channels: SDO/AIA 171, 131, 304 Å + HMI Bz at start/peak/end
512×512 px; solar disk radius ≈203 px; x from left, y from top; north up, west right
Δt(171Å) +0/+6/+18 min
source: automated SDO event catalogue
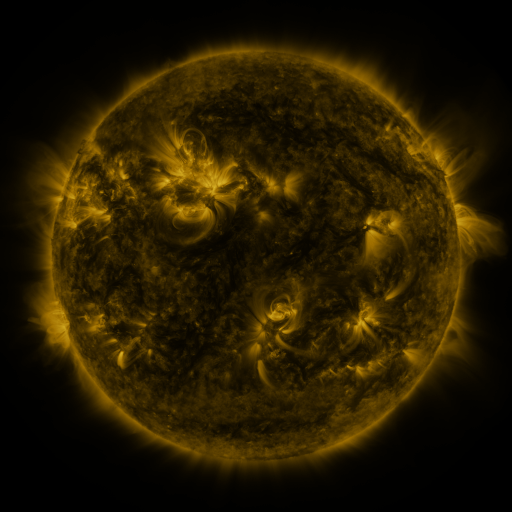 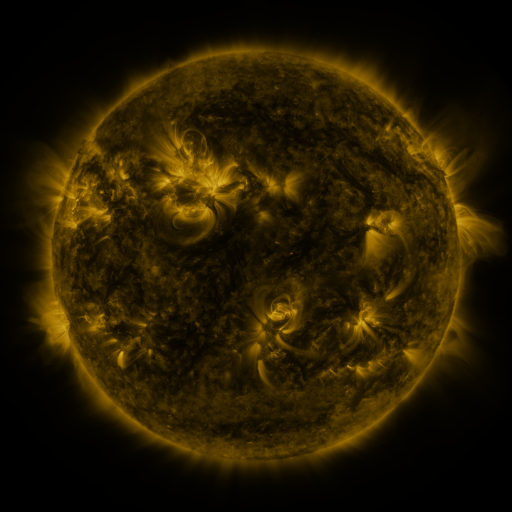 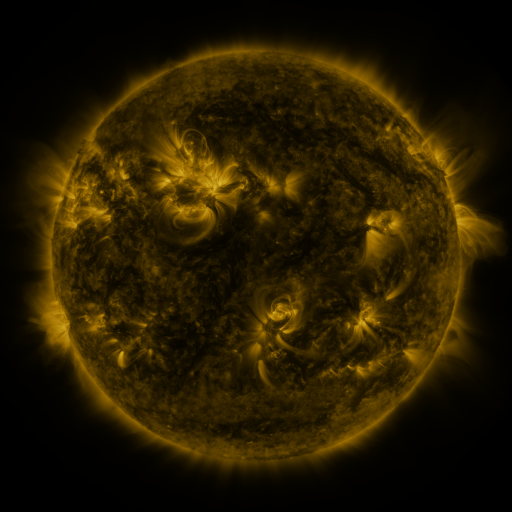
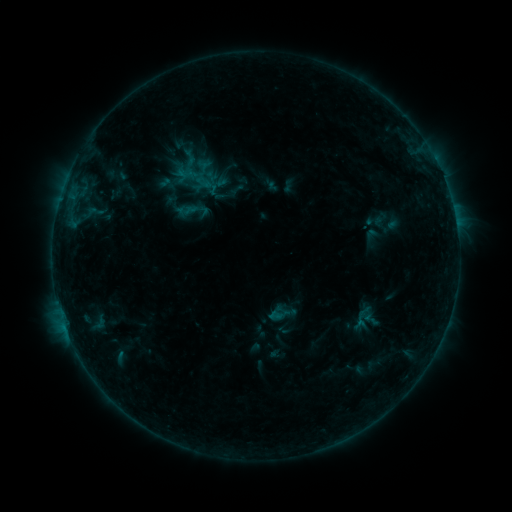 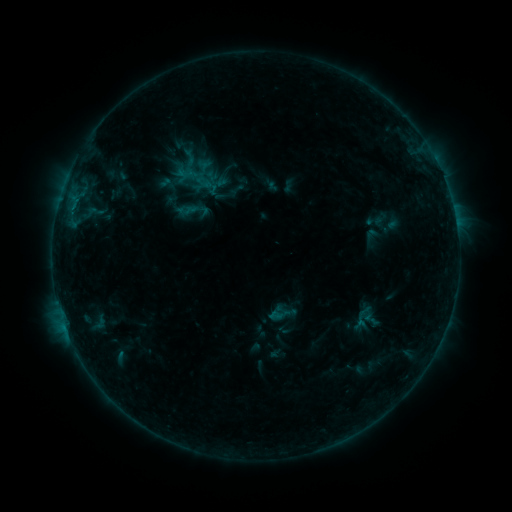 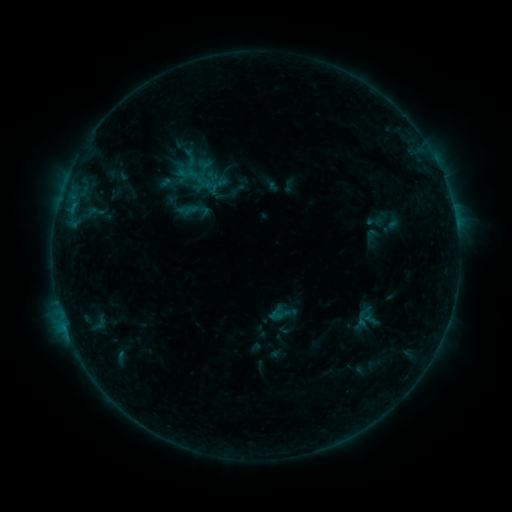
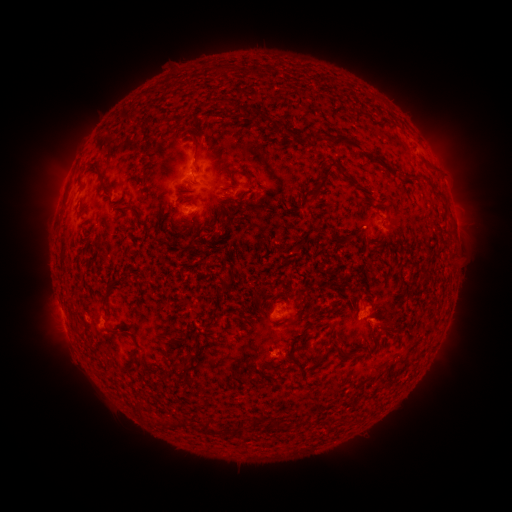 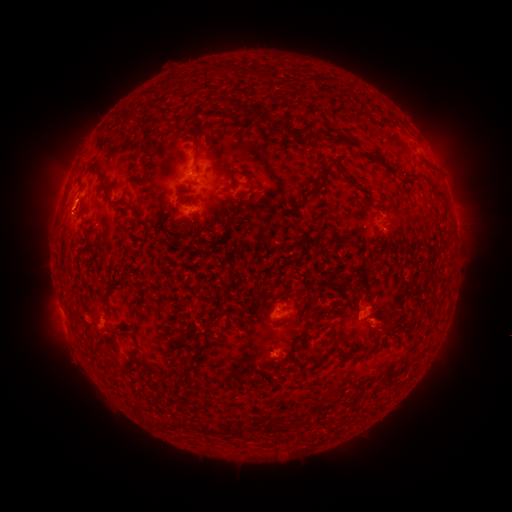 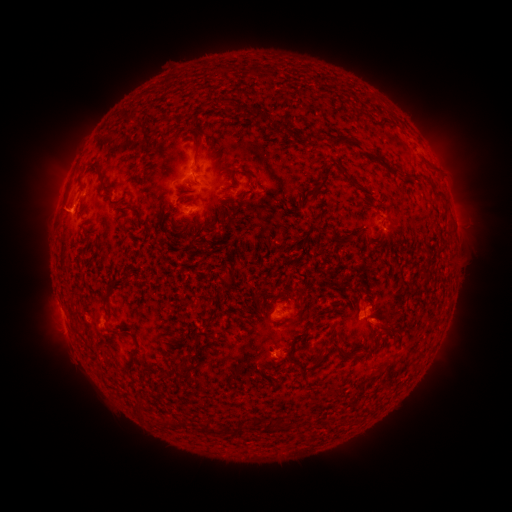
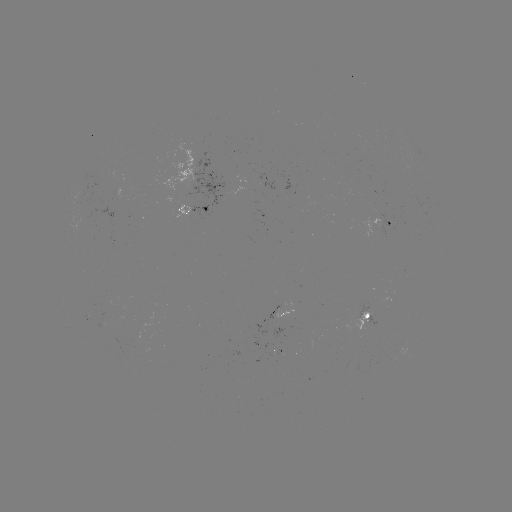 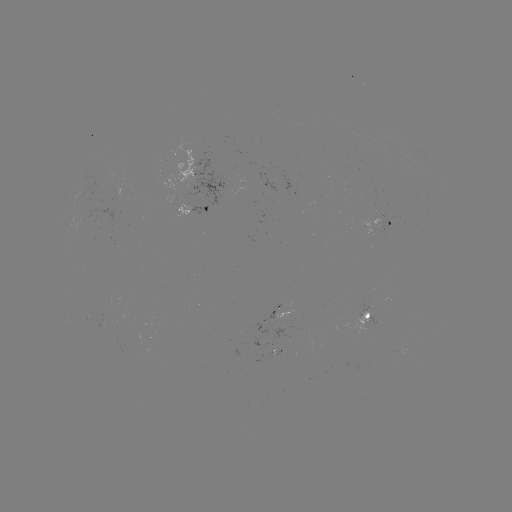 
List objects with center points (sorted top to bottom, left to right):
eruption: (73, 201)
